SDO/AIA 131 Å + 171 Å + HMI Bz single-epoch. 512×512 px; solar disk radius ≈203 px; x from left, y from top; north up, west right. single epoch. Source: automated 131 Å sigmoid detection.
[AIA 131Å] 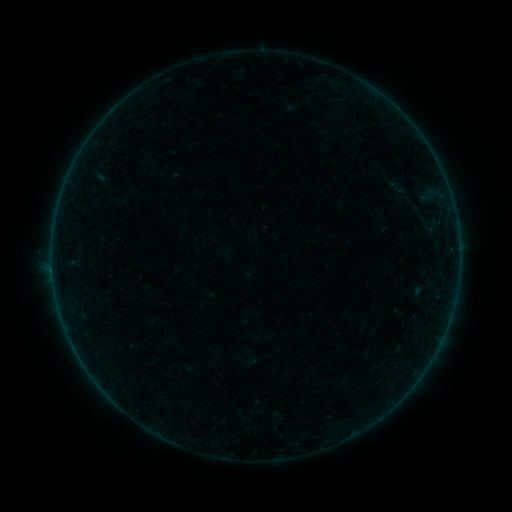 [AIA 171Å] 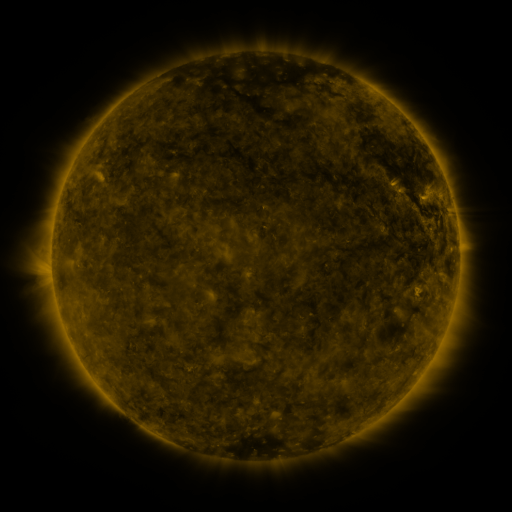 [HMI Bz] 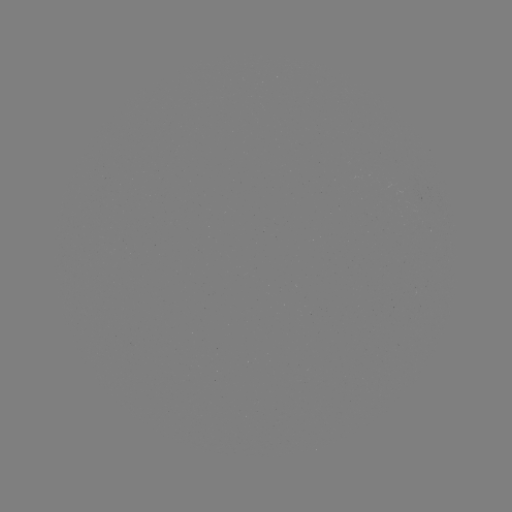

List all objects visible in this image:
sigmoid: (398, 187)
